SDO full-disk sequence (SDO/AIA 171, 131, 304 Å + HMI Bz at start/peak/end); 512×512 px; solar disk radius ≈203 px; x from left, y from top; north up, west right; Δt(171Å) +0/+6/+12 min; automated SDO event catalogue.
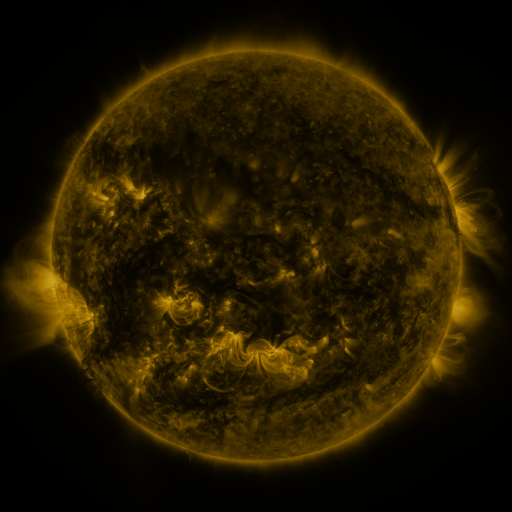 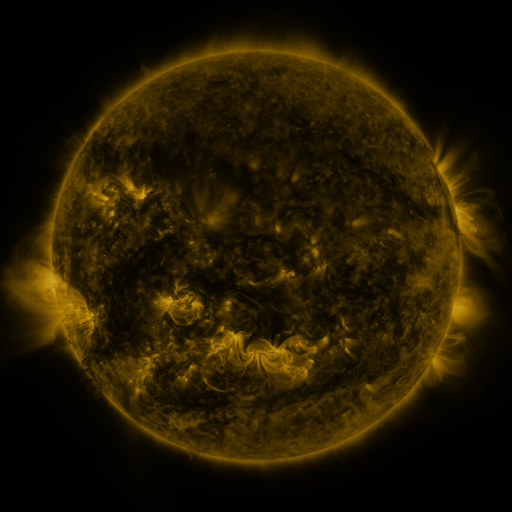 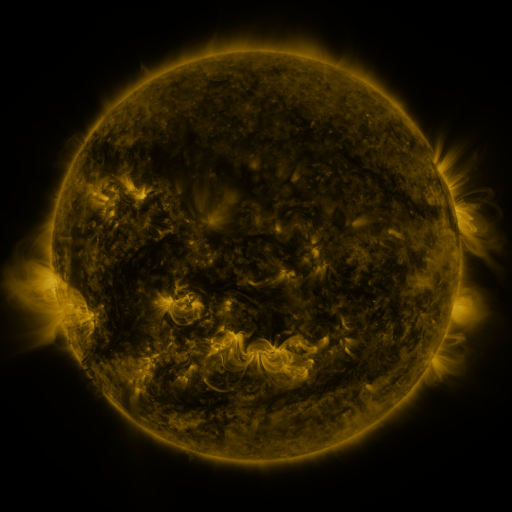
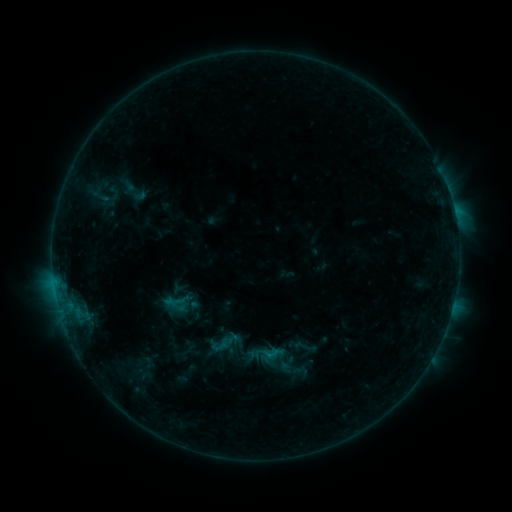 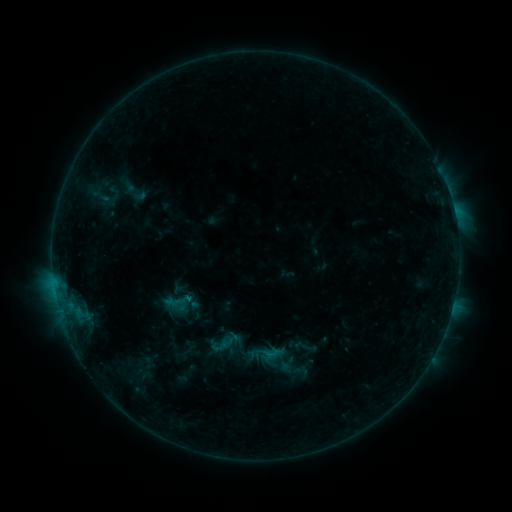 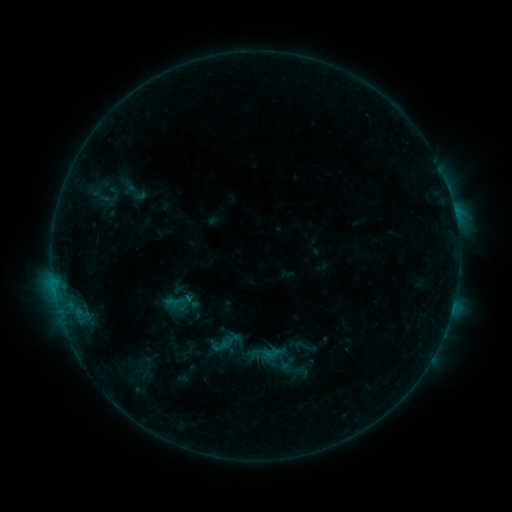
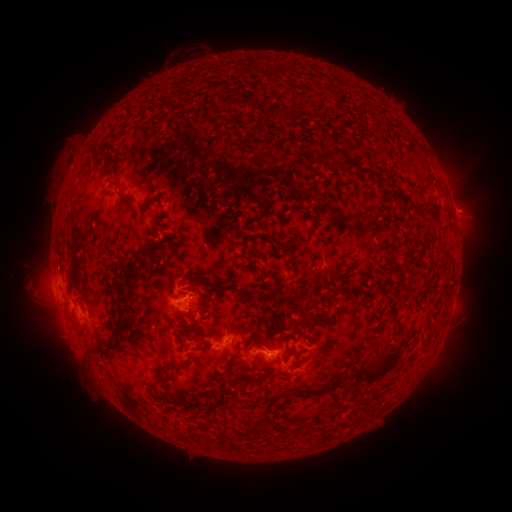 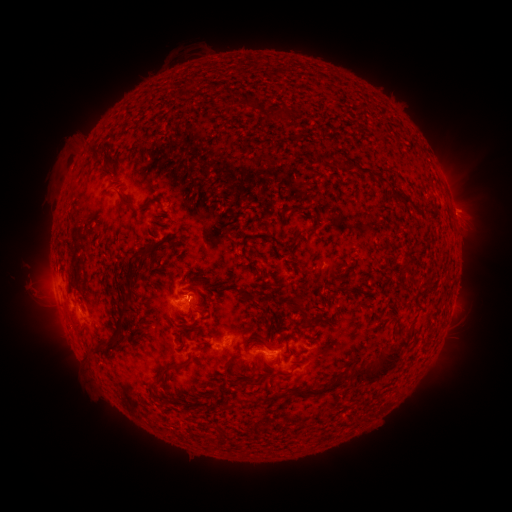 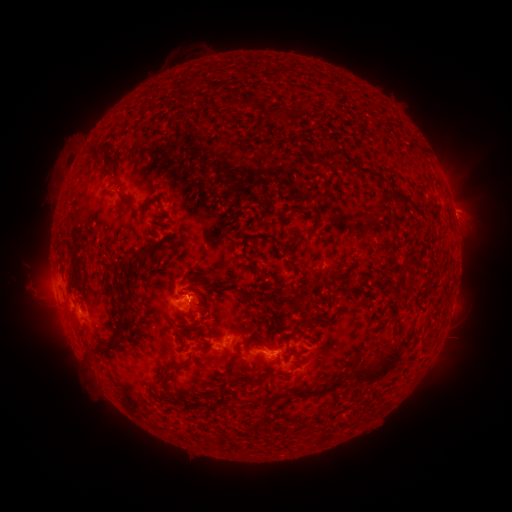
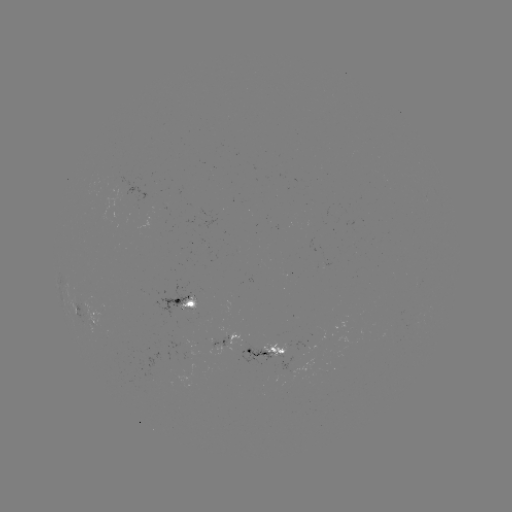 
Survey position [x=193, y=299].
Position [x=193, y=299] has C1.0 flare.